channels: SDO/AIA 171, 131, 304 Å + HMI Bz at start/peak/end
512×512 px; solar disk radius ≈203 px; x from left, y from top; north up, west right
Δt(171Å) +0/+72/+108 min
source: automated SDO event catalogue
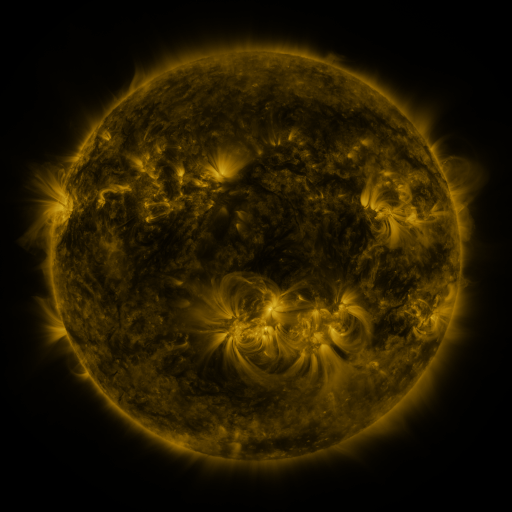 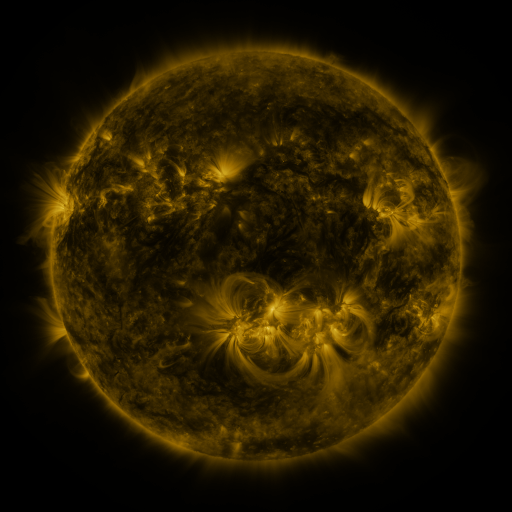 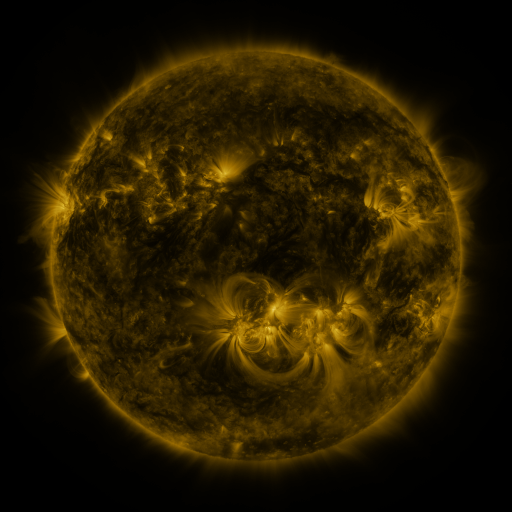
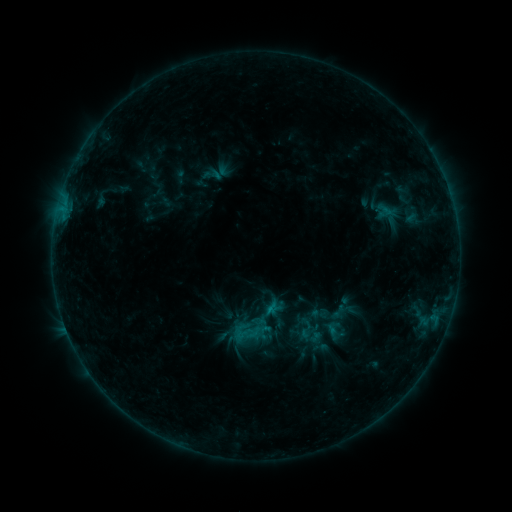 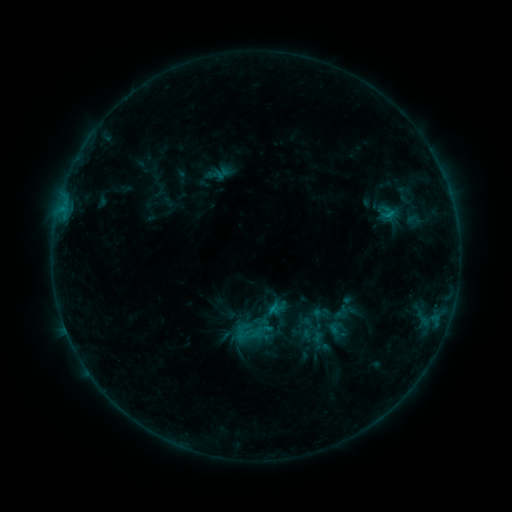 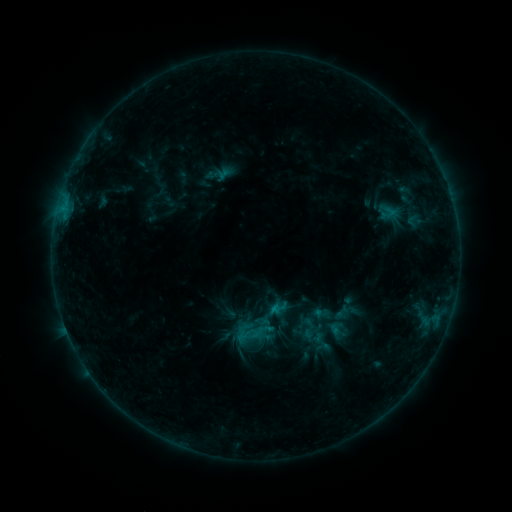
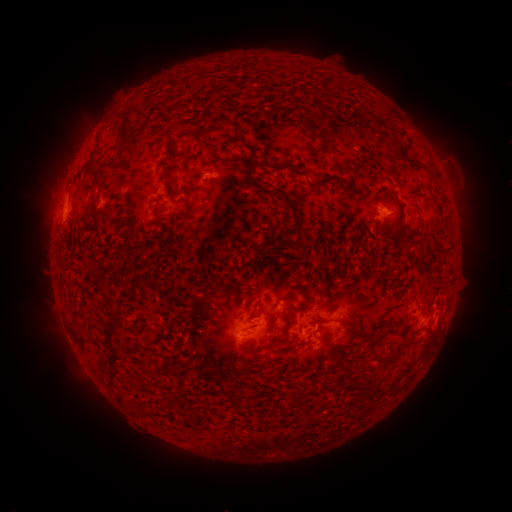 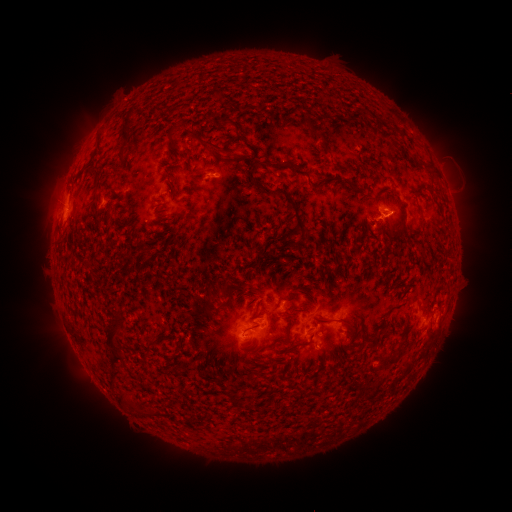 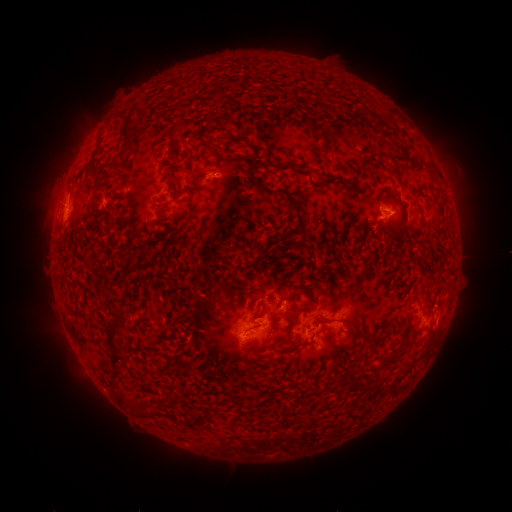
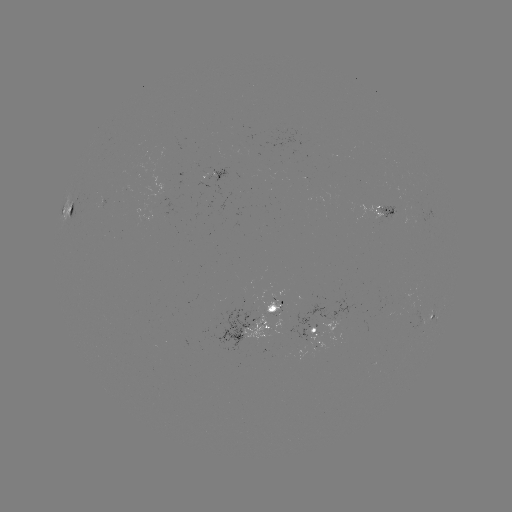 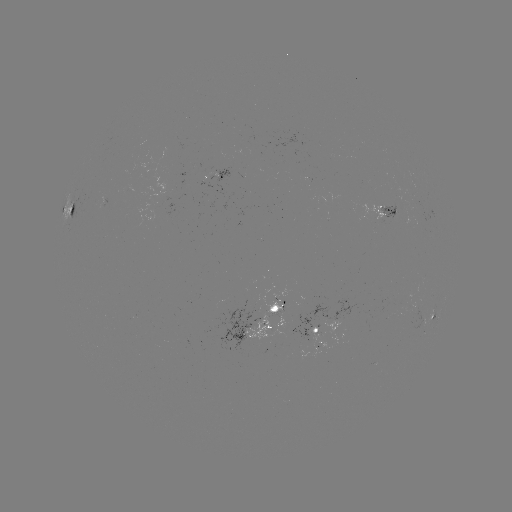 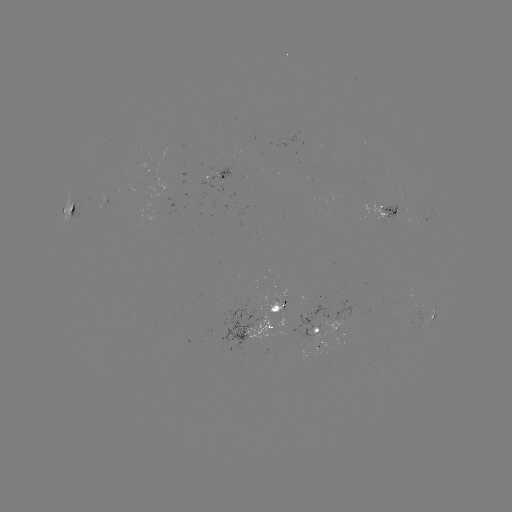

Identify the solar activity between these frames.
emerging-flux region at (407, 297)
